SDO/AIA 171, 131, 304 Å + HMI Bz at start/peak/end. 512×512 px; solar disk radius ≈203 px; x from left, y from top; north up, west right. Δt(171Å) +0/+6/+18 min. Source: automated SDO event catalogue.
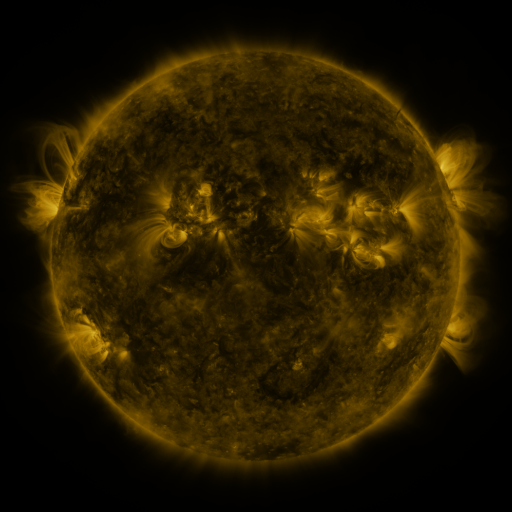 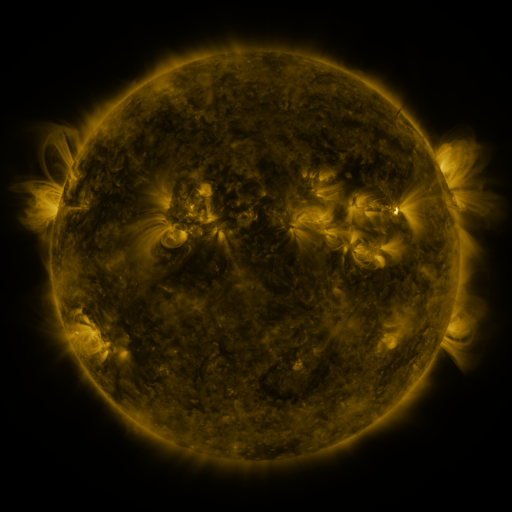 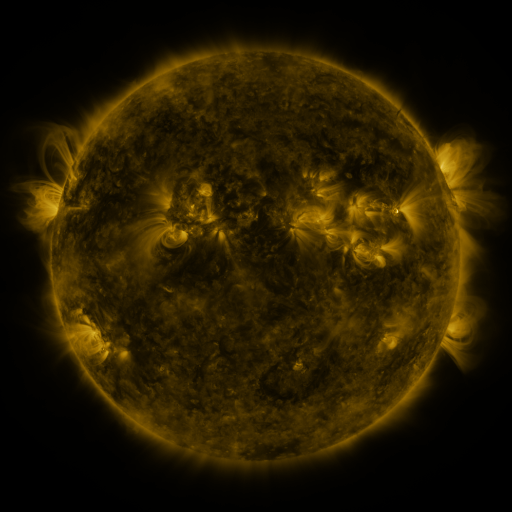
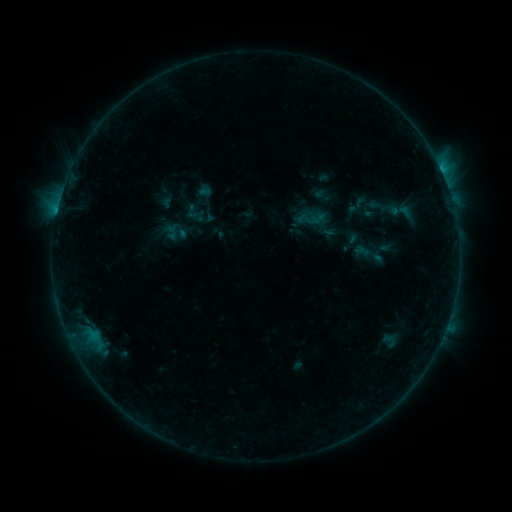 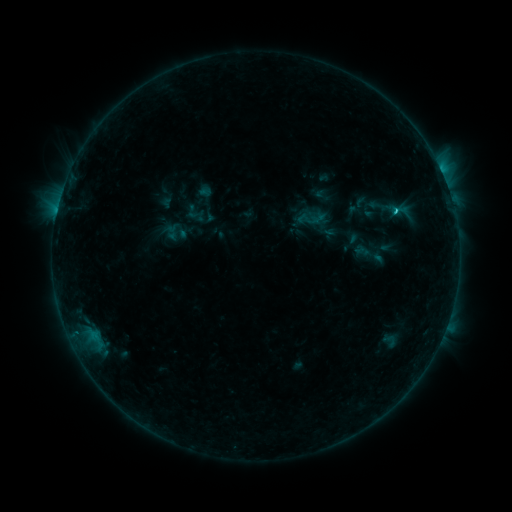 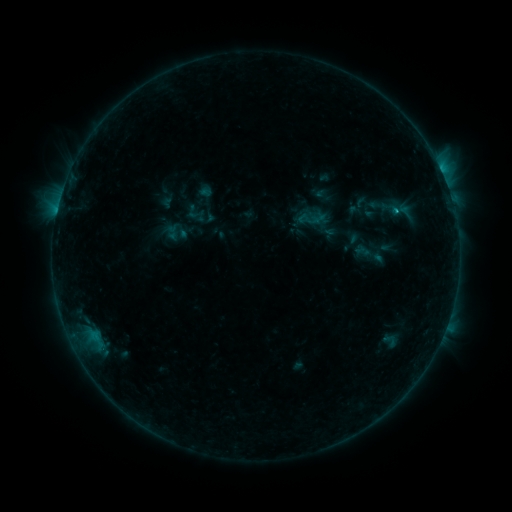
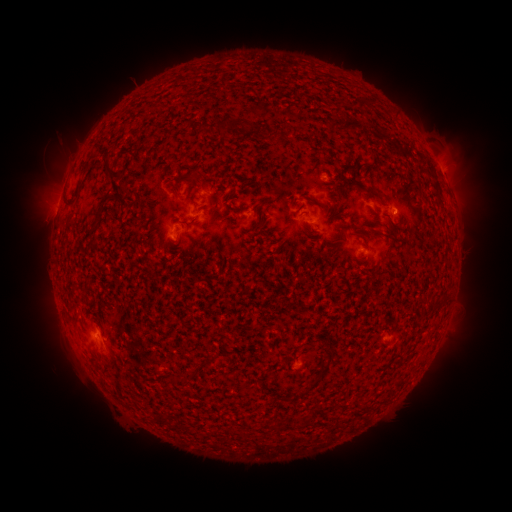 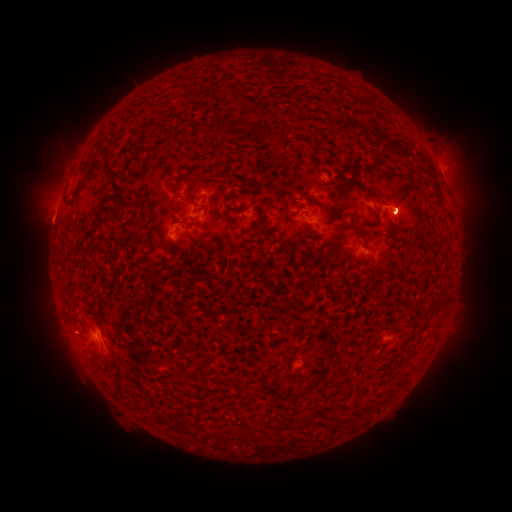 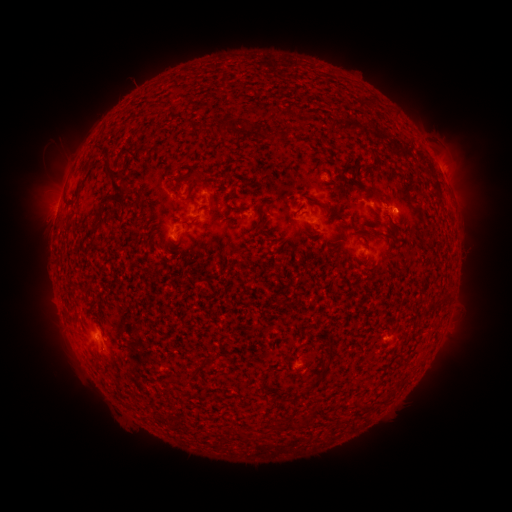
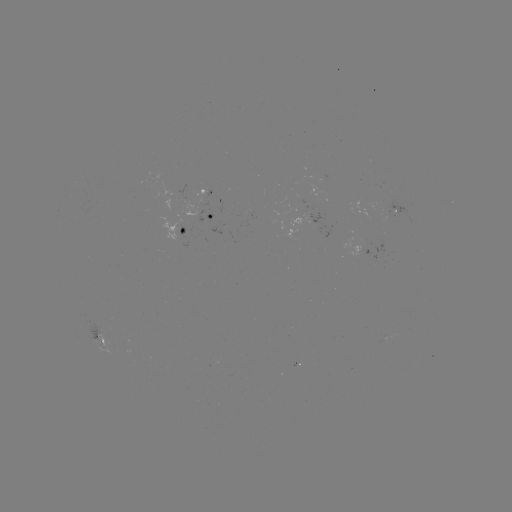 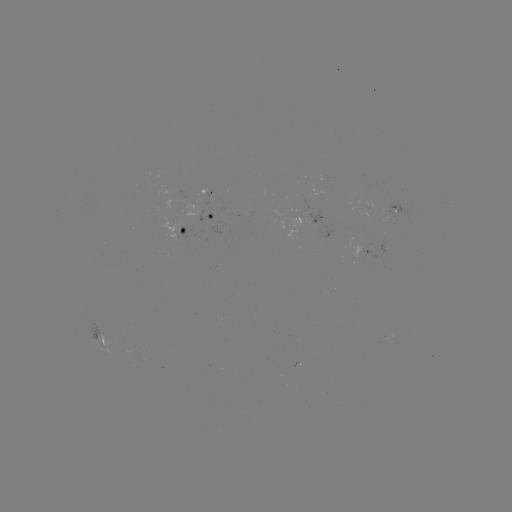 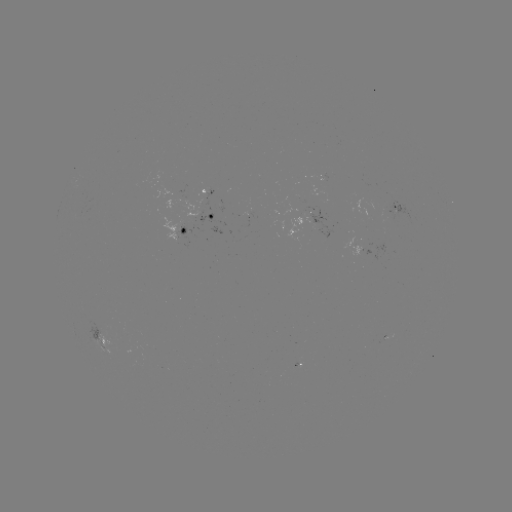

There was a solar flare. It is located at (396, 213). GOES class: B8.2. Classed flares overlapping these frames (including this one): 1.